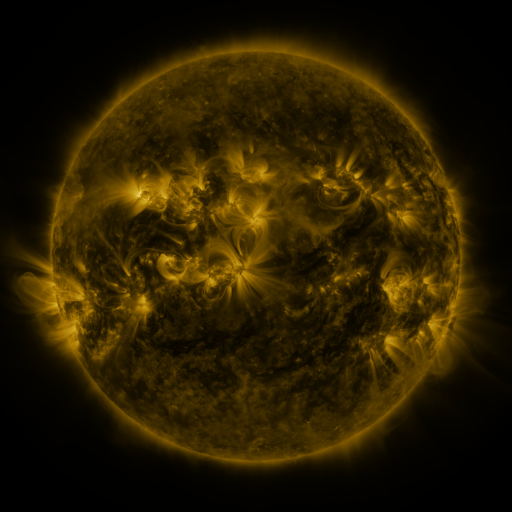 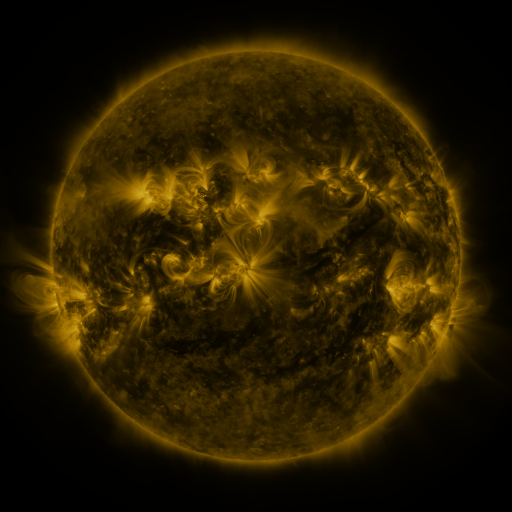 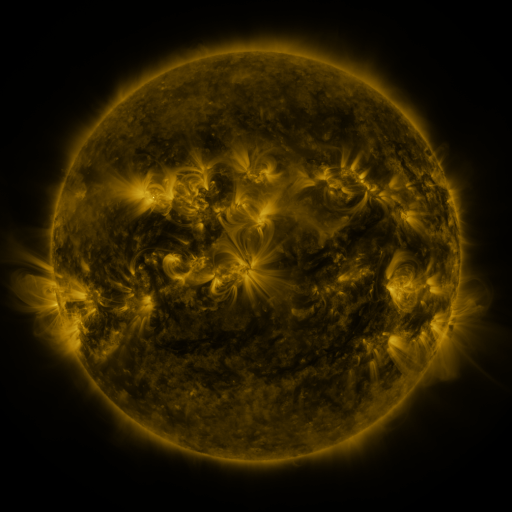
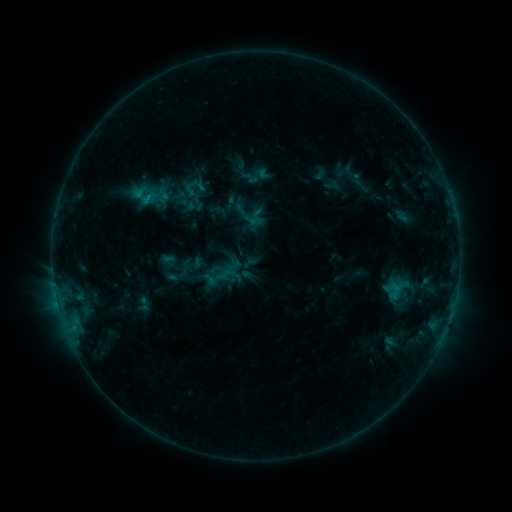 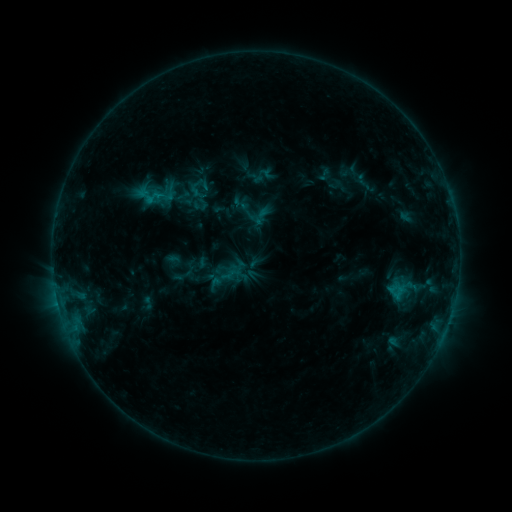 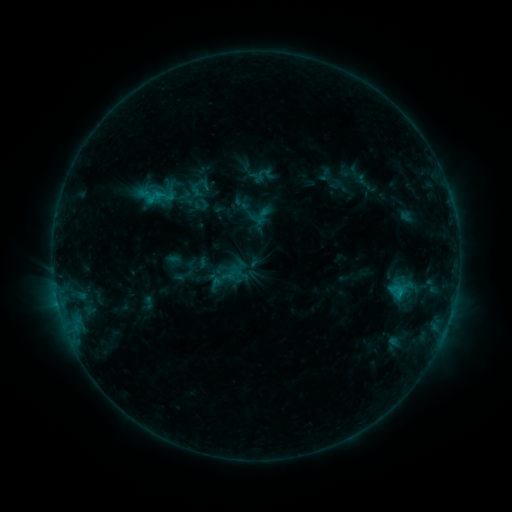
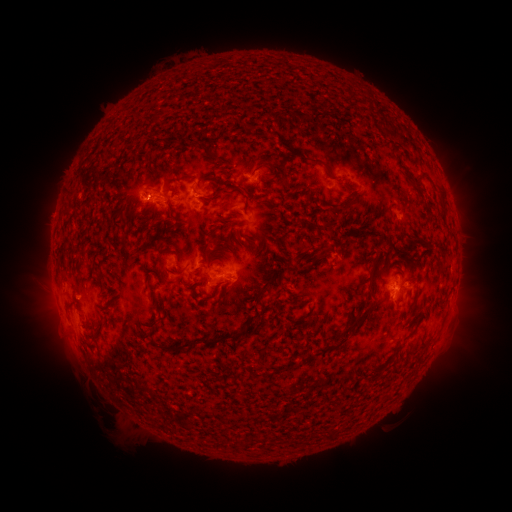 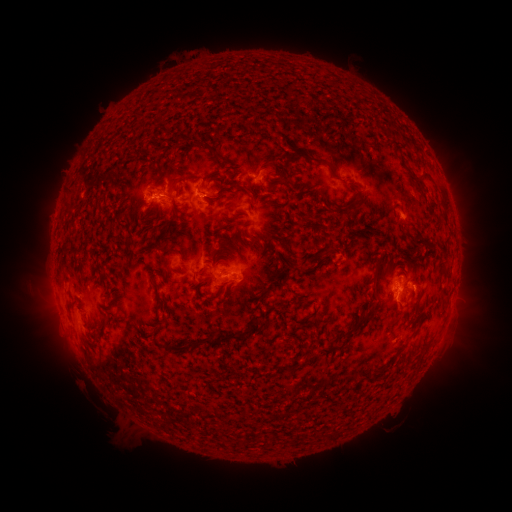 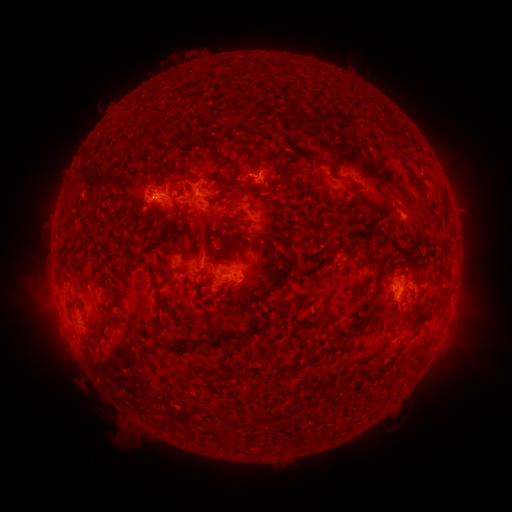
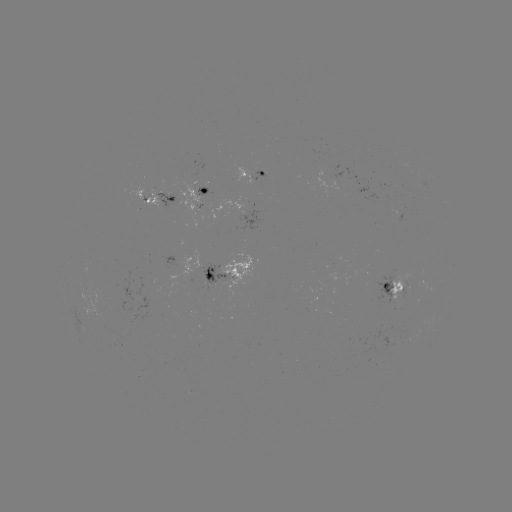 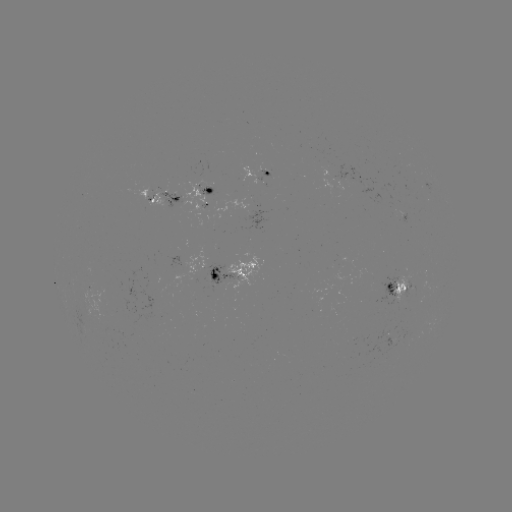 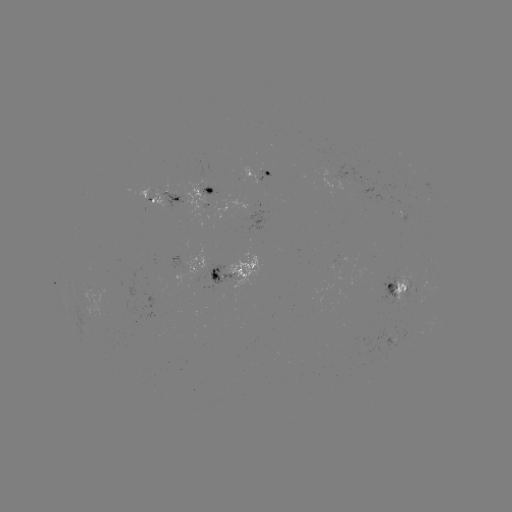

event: emerging-flux region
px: (395, 295)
